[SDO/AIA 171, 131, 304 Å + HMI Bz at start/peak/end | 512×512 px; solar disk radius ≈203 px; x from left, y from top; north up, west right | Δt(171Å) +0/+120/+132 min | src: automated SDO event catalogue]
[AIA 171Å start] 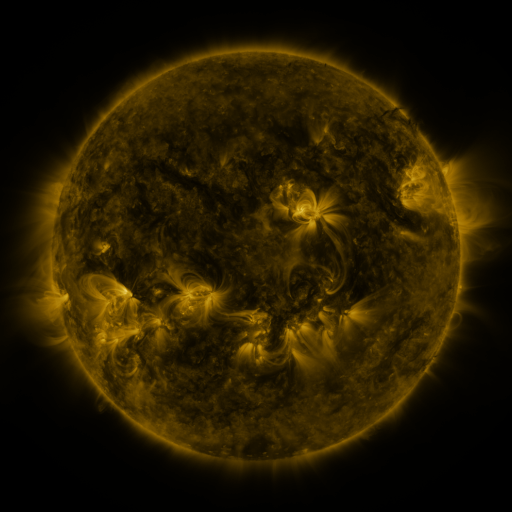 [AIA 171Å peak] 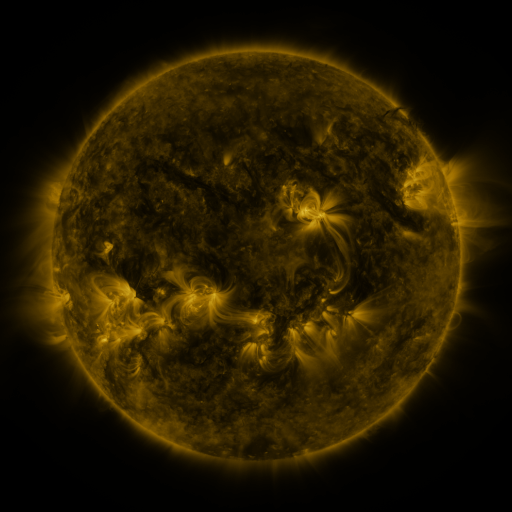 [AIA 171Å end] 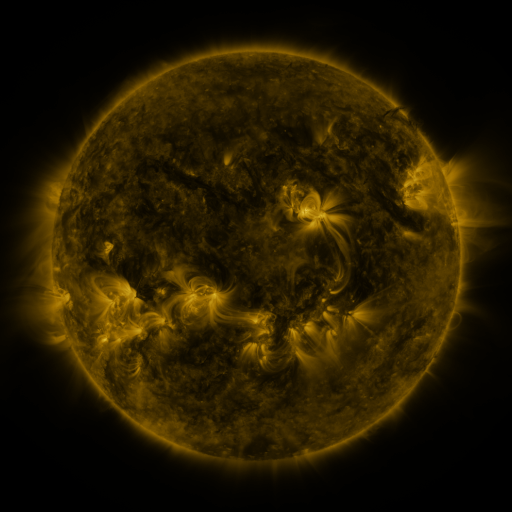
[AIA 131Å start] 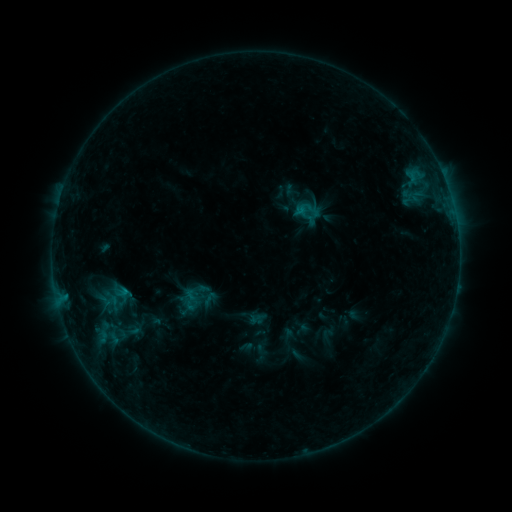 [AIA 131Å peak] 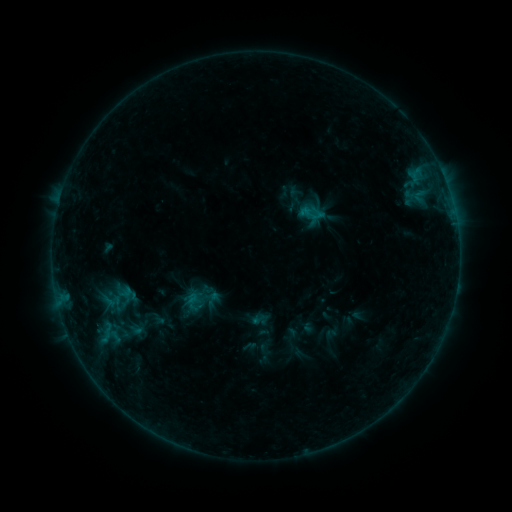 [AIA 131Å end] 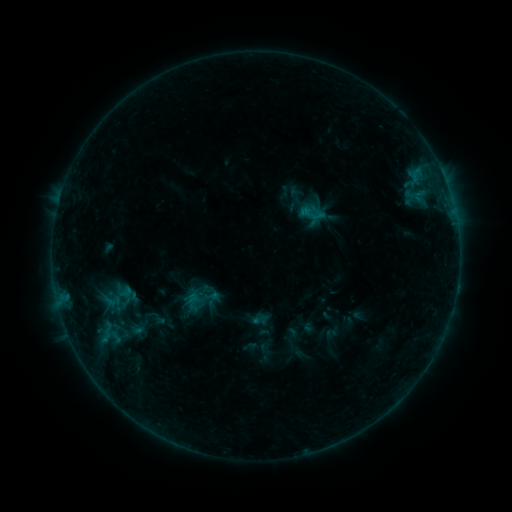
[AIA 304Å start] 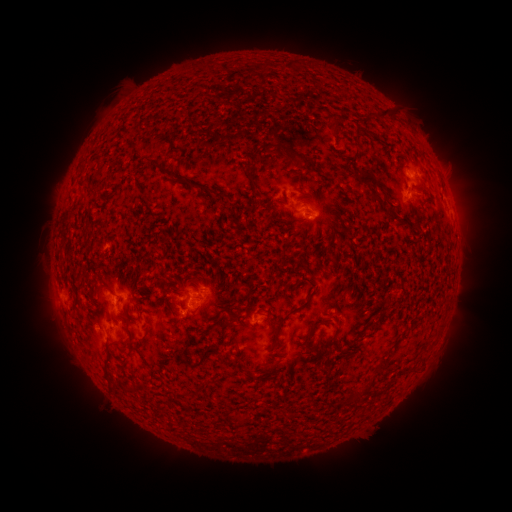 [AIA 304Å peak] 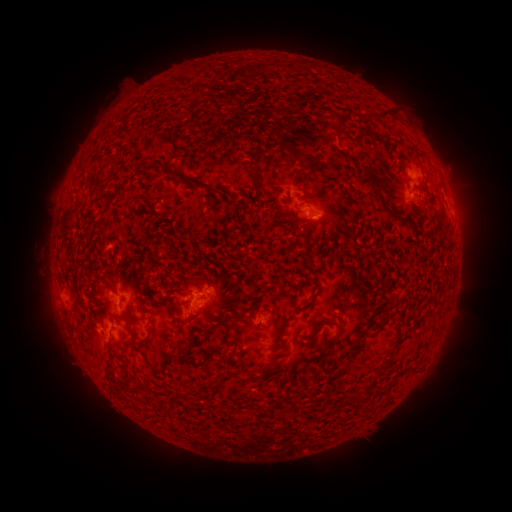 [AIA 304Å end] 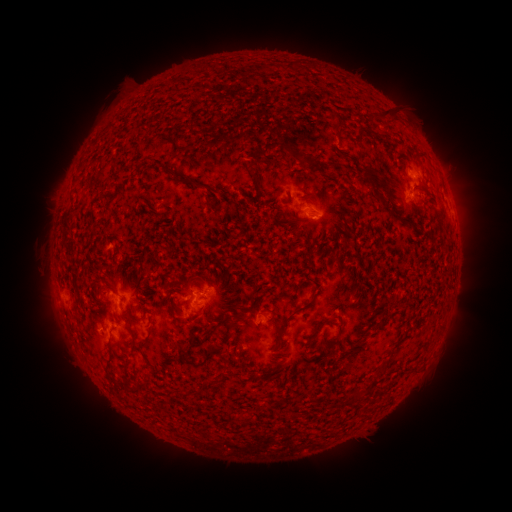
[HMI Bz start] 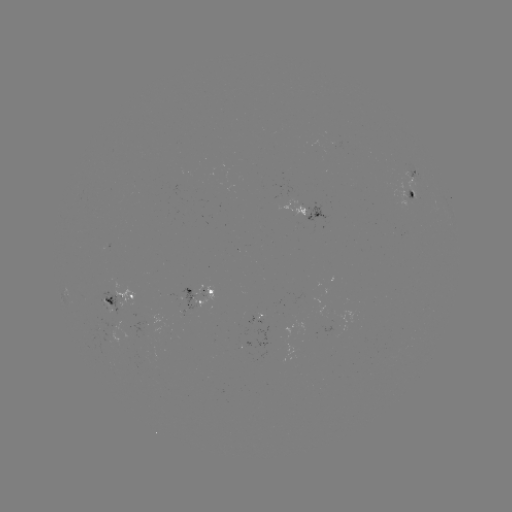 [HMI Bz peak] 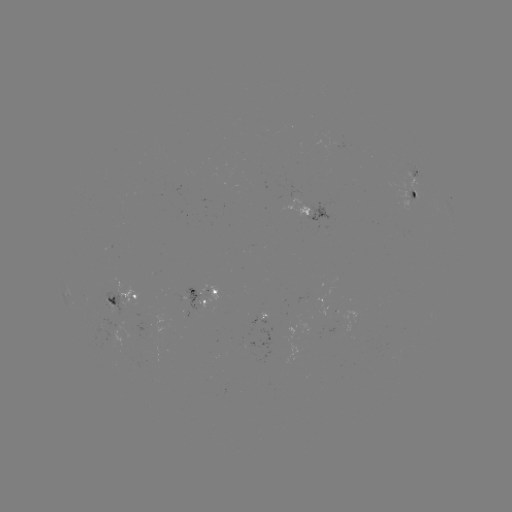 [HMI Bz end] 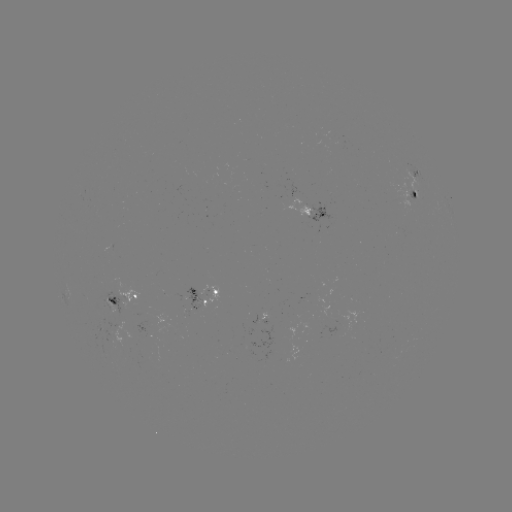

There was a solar emerging-flux region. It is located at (315, 213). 